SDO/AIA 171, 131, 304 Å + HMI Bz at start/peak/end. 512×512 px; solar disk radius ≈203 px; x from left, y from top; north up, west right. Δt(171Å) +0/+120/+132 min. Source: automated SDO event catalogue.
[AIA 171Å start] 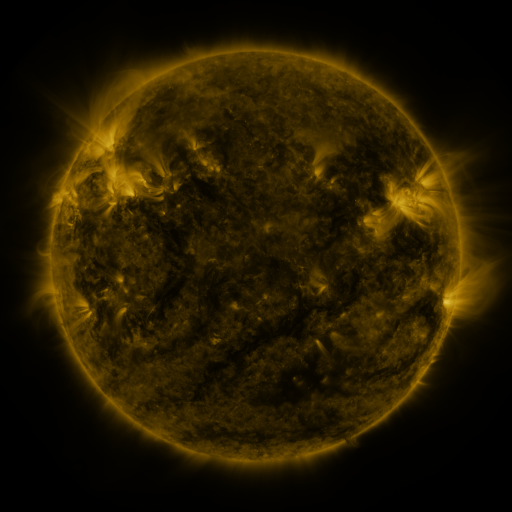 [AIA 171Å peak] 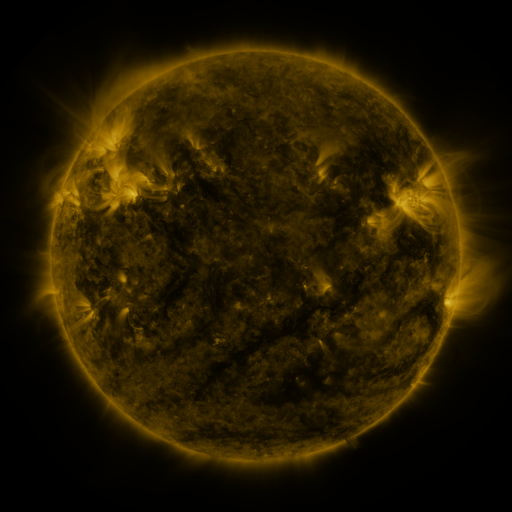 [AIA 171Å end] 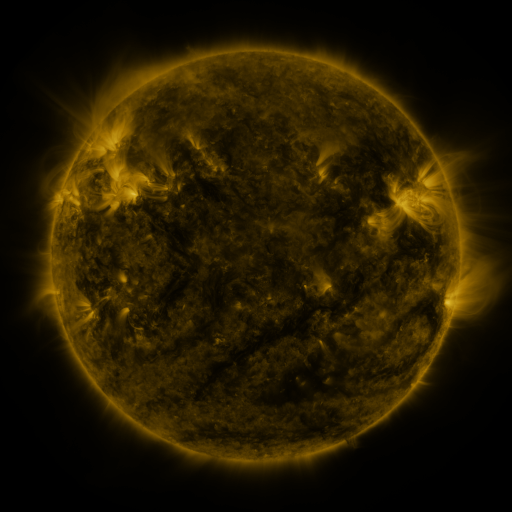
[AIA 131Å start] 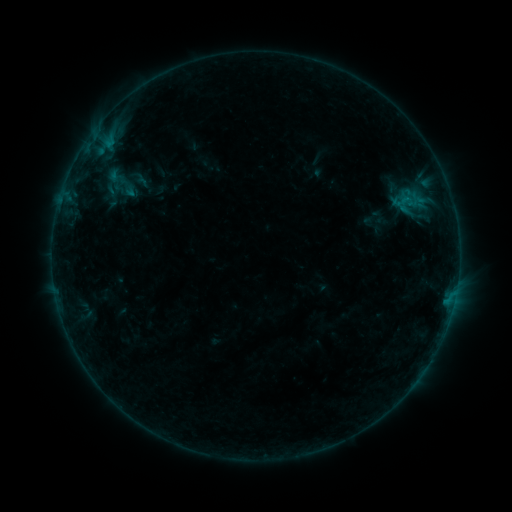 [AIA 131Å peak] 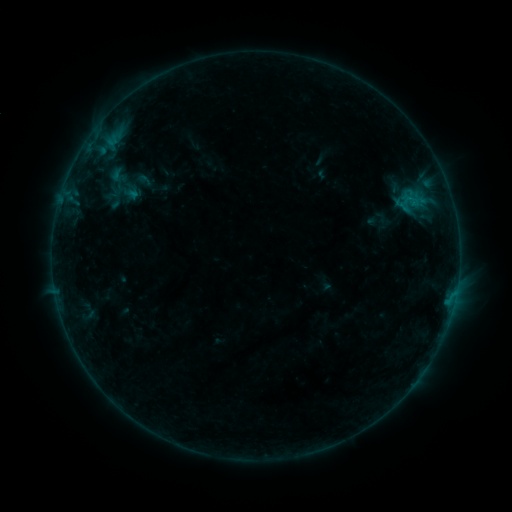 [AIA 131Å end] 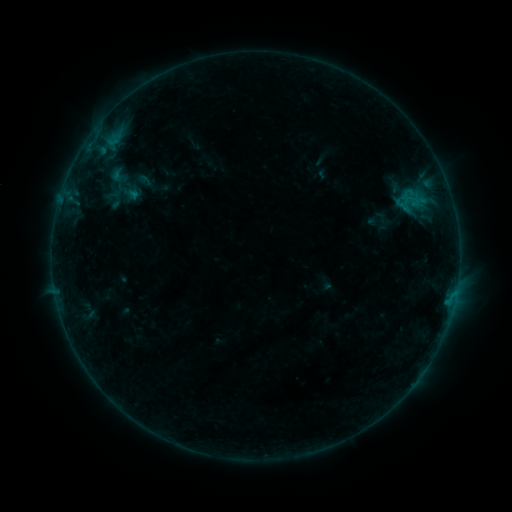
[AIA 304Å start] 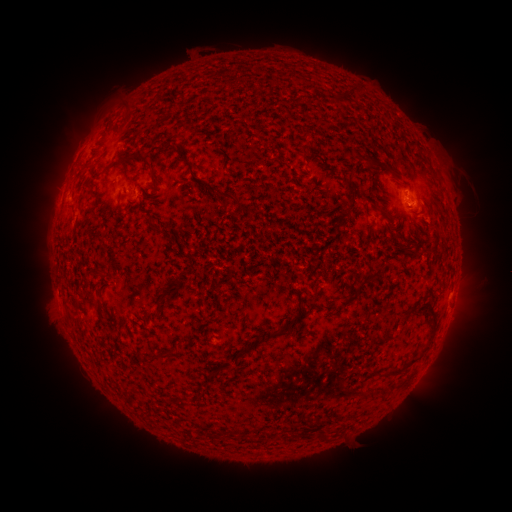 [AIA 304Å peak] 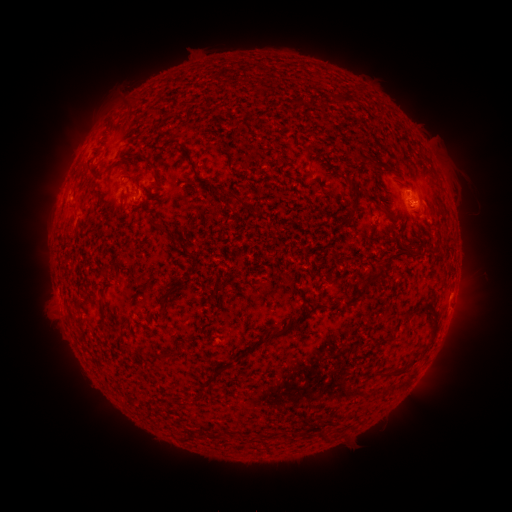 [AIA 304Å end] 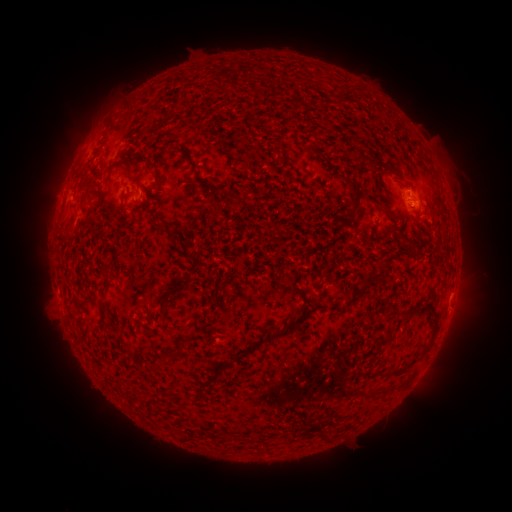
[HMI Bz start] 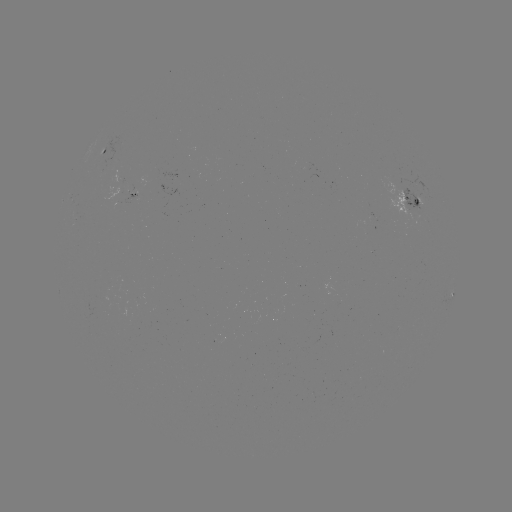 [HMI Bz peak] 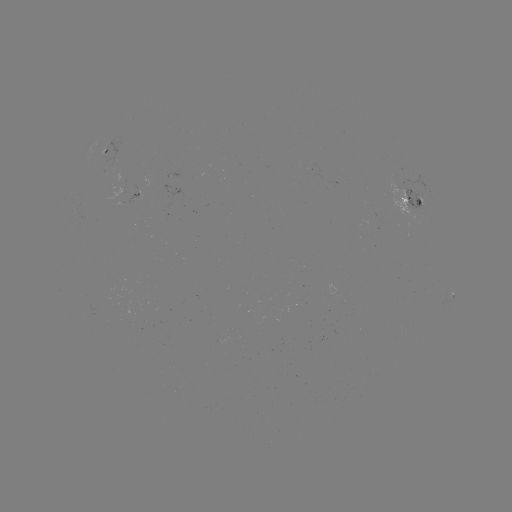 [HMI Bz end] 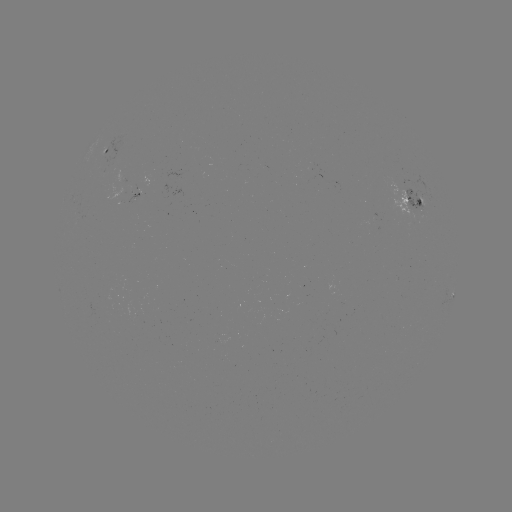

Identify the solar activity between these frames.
emerging-flux region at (127, 199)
